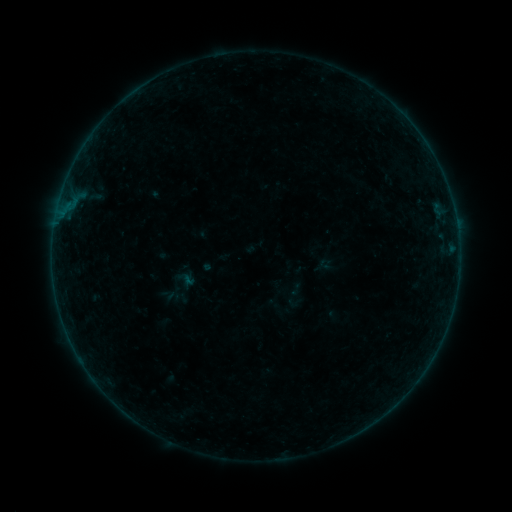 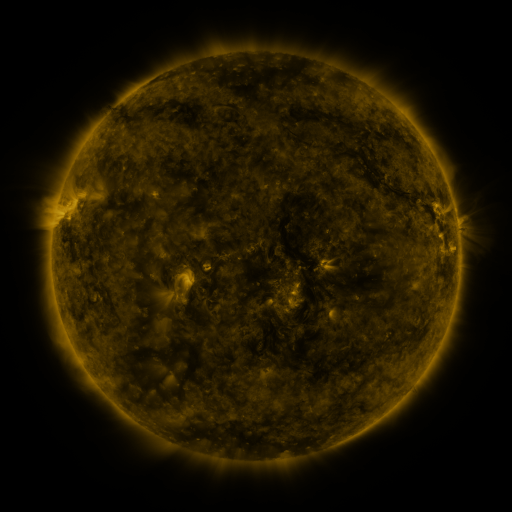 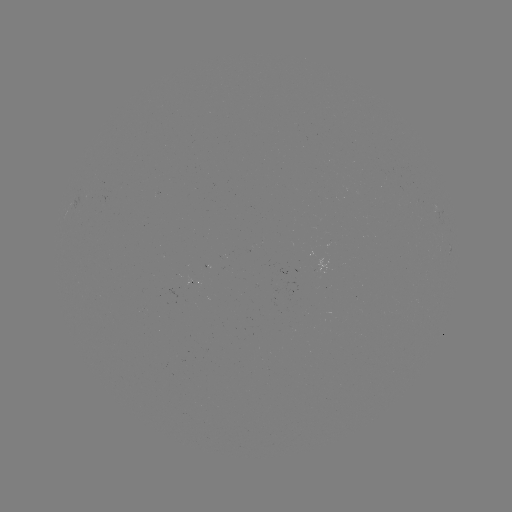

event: sigmoid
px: (296, 289)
